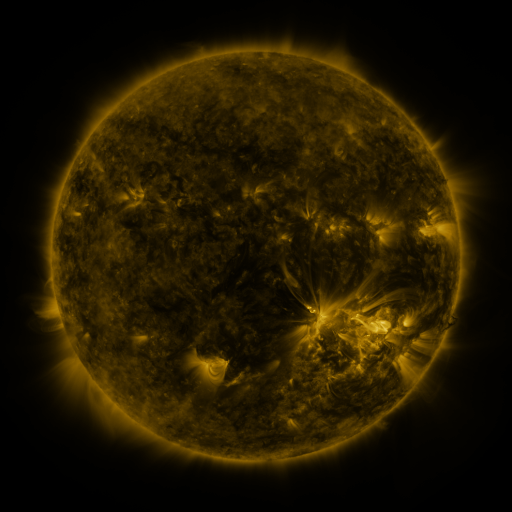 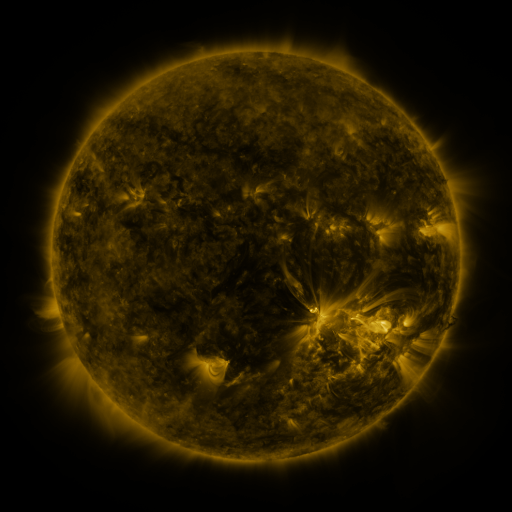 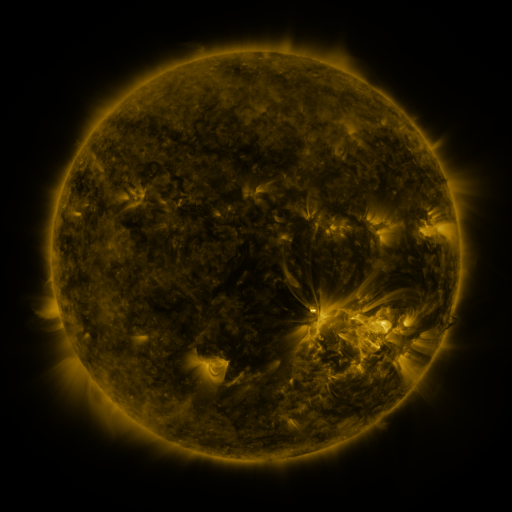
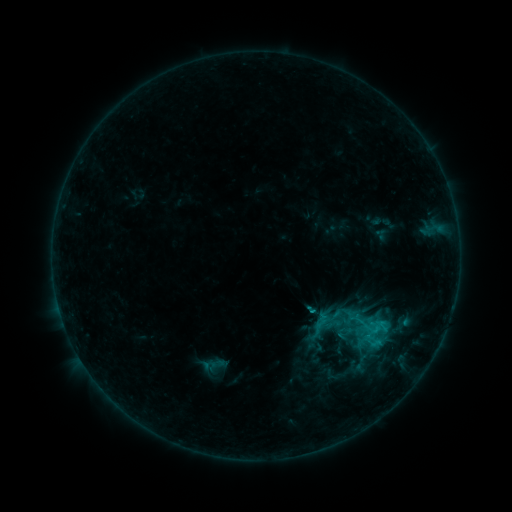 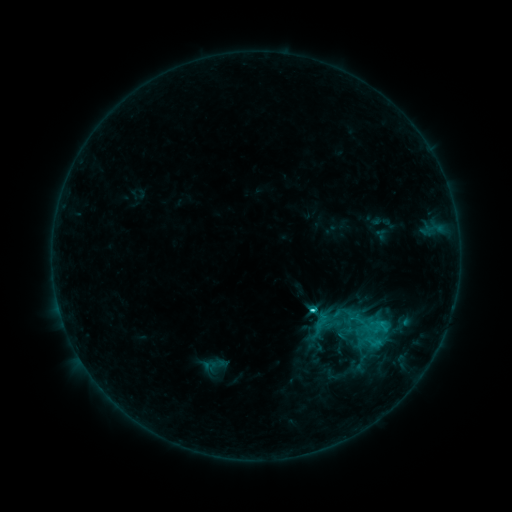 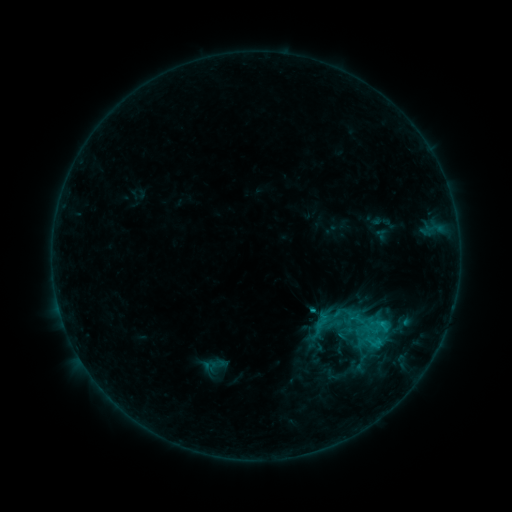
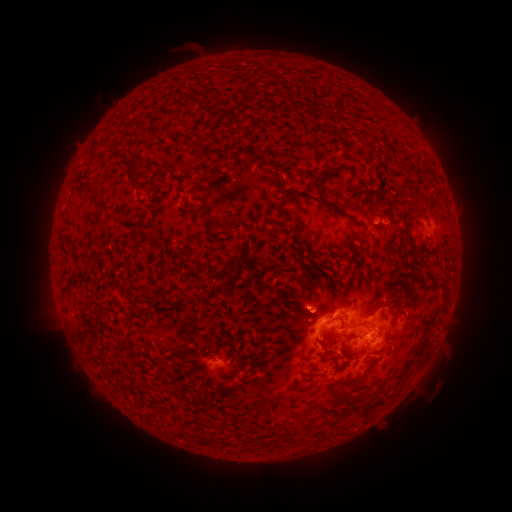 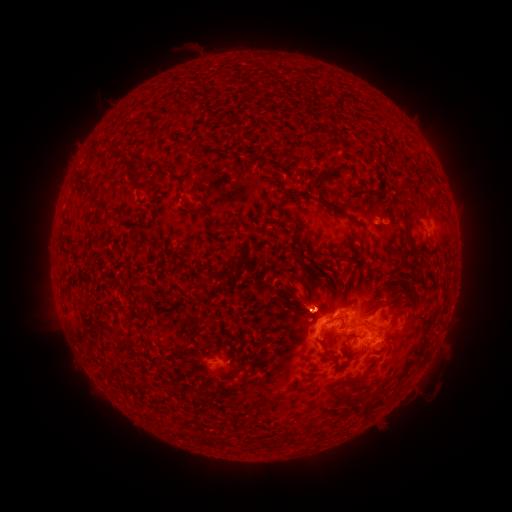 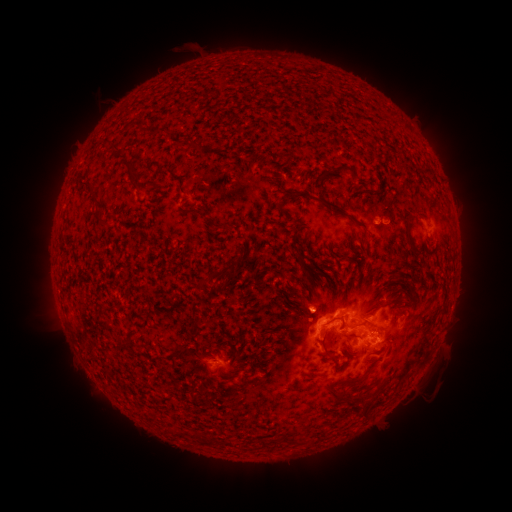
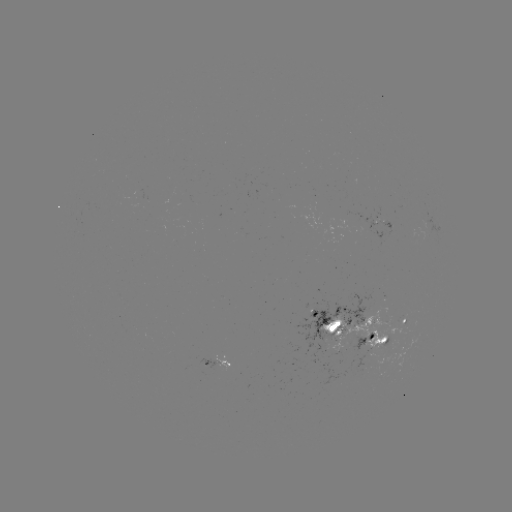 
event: flare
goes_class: C2.0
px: (311, 309)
